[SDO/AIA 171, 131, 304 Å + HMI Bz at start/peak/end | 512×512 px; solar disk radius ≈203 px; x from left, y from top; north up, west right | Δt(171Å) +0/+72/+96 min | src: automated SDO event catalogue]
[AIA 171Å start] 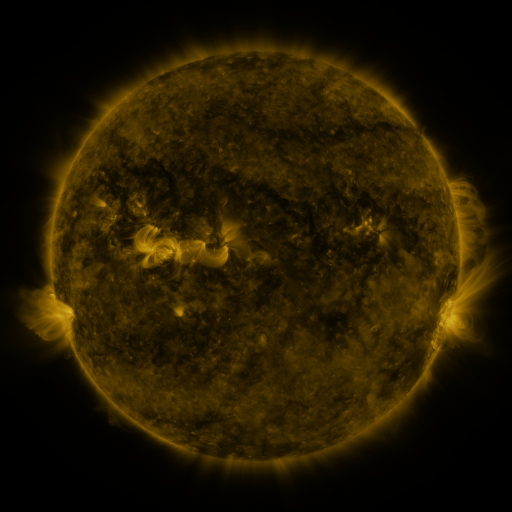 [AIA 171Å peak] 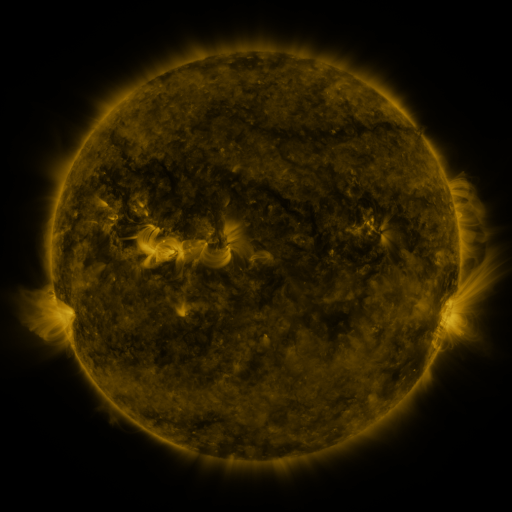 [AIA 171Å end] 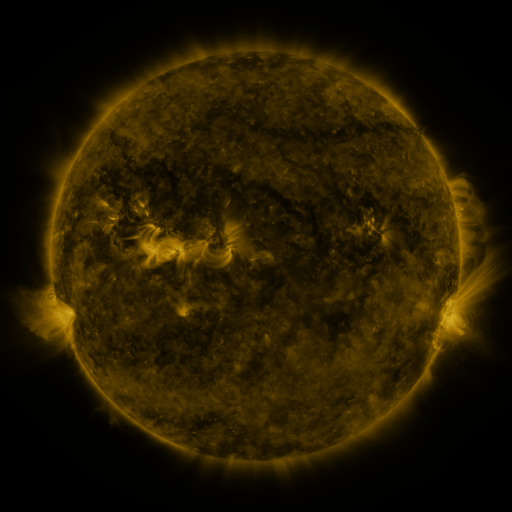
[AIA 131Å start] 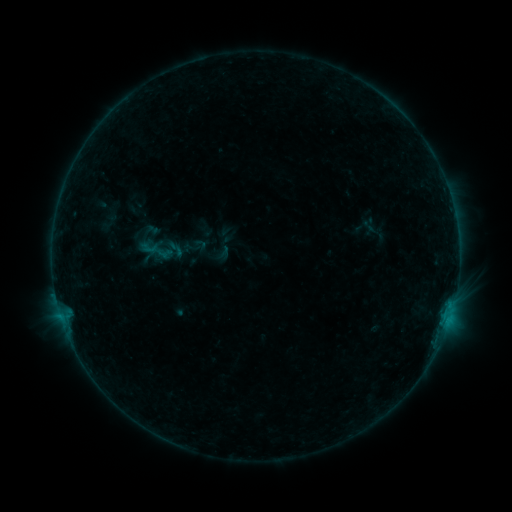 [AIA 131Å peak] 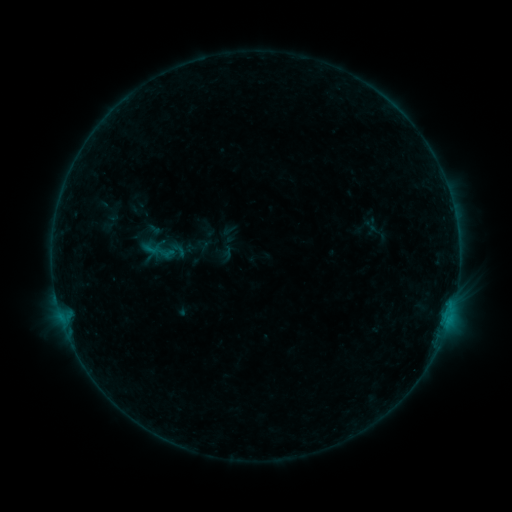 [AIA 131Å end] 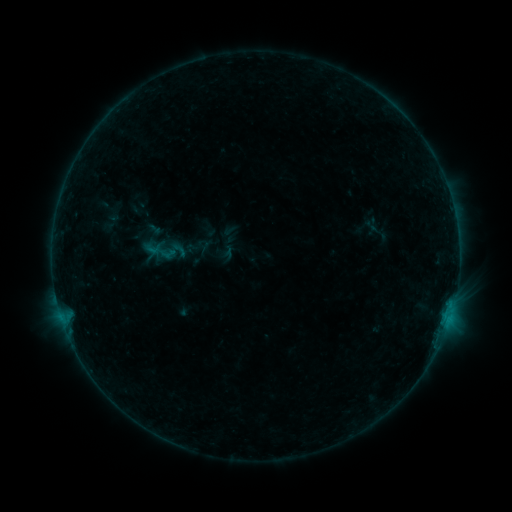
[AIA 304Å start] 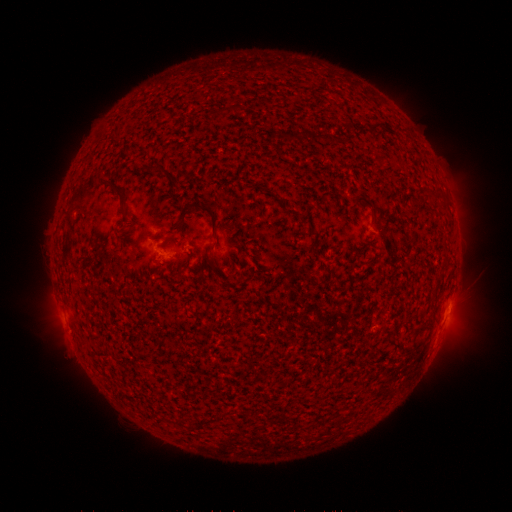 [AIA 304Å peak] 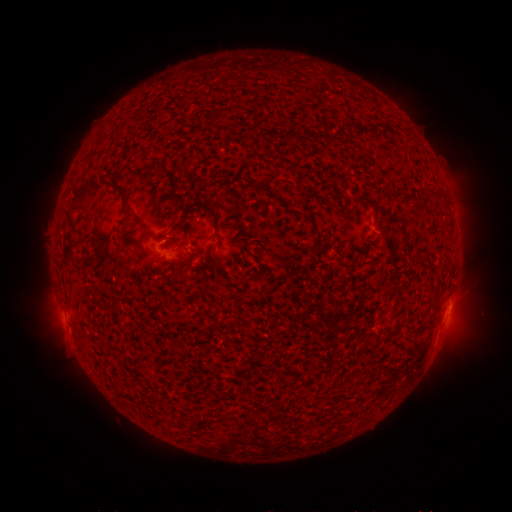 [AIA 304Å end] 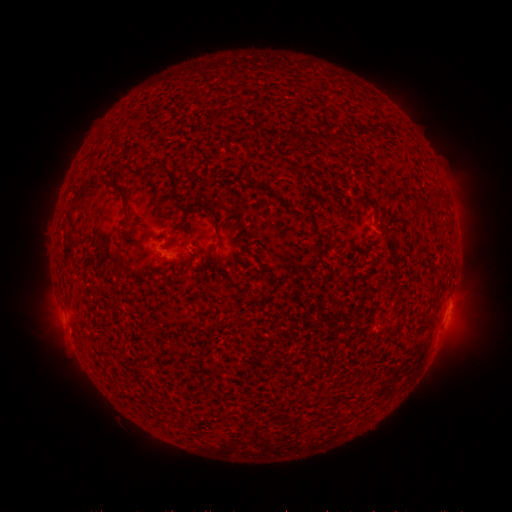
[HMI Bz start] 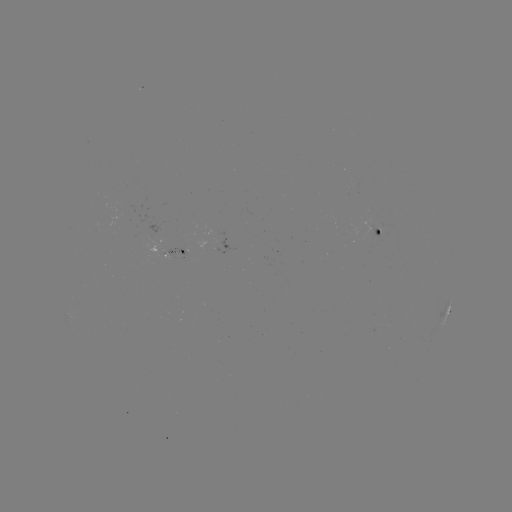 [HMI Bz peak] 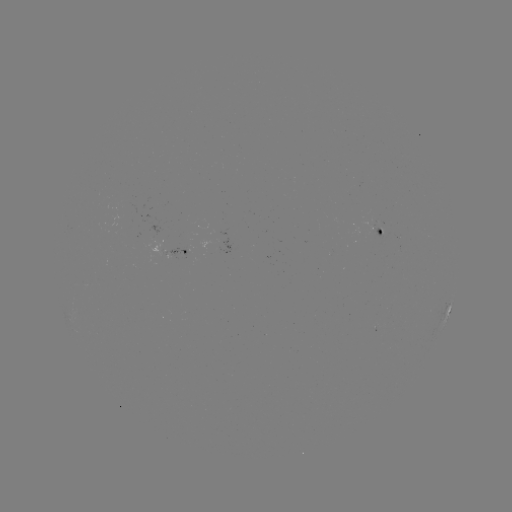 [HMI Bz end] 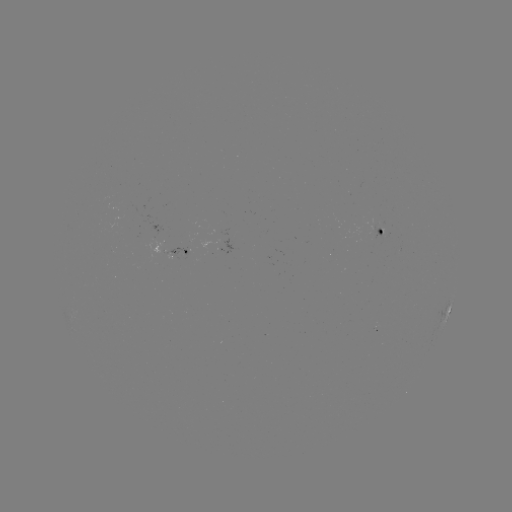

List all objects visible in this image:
emerging-flux region: (185, 250)
